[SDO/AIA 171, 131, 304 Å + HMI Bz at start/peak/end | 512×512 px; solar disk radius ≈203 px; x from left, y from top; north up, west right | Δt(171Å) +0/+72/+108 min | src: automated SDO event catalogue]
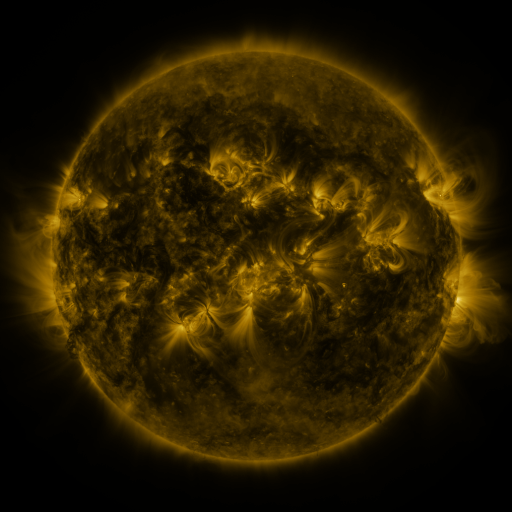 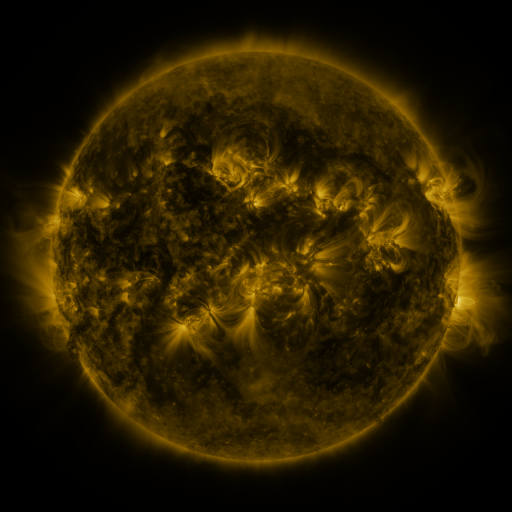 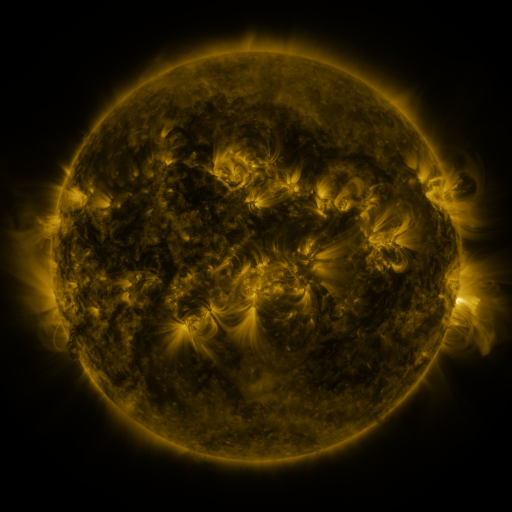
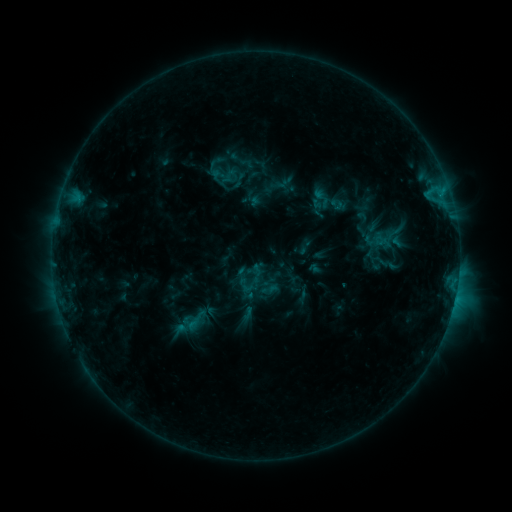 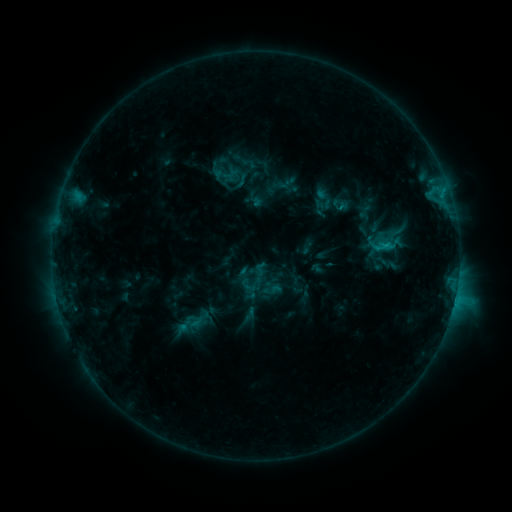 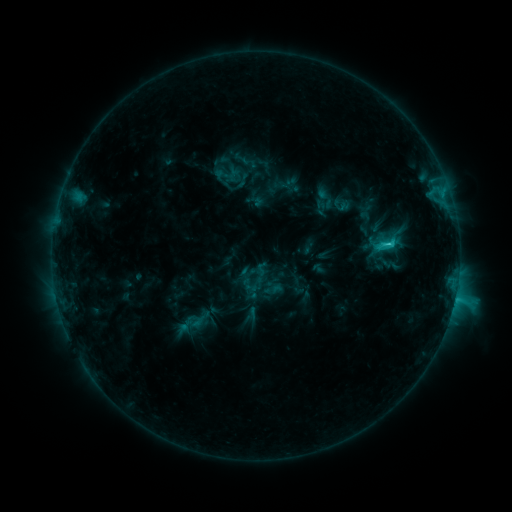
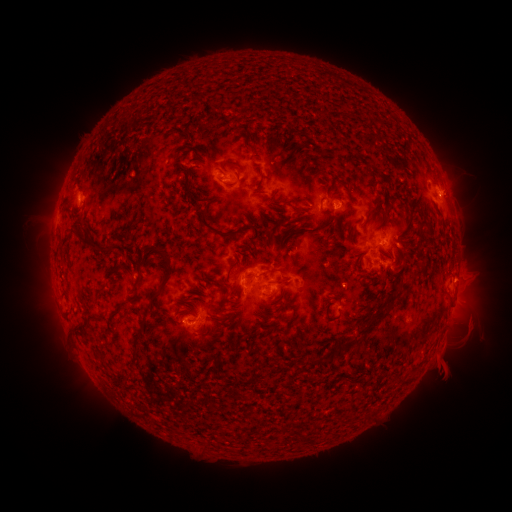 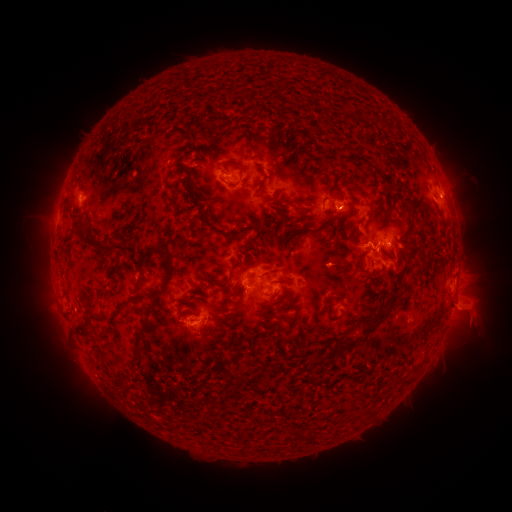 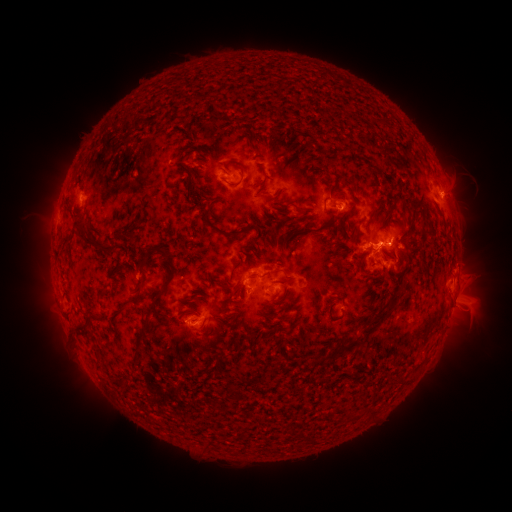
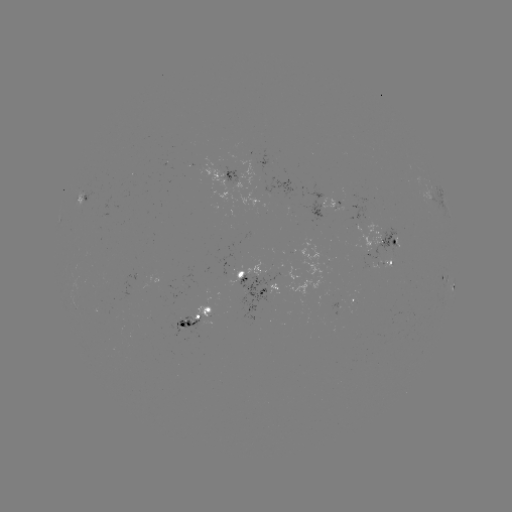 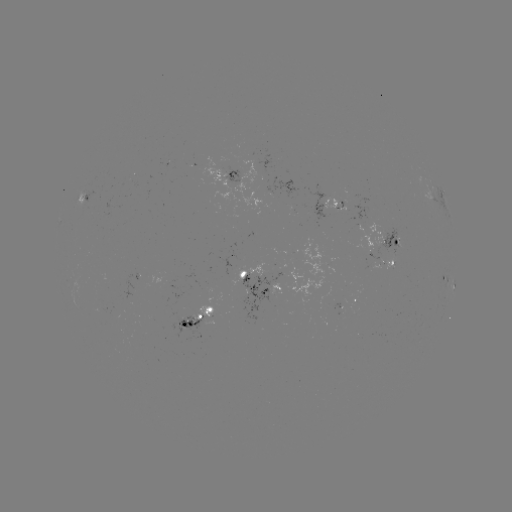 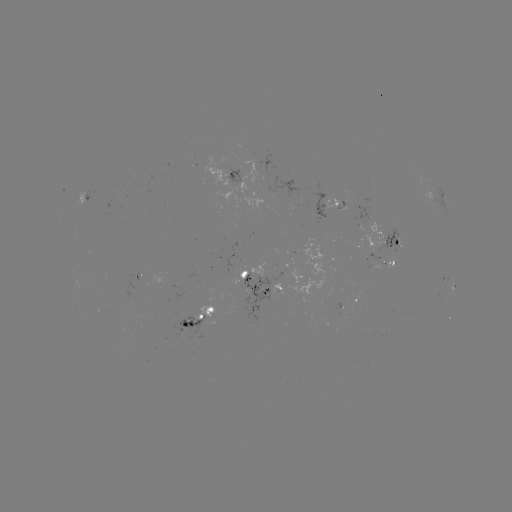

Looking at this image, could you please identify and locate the emerging-flux region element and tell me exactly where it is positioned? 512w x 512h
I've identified emerging-flux region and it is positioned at [373, 268].